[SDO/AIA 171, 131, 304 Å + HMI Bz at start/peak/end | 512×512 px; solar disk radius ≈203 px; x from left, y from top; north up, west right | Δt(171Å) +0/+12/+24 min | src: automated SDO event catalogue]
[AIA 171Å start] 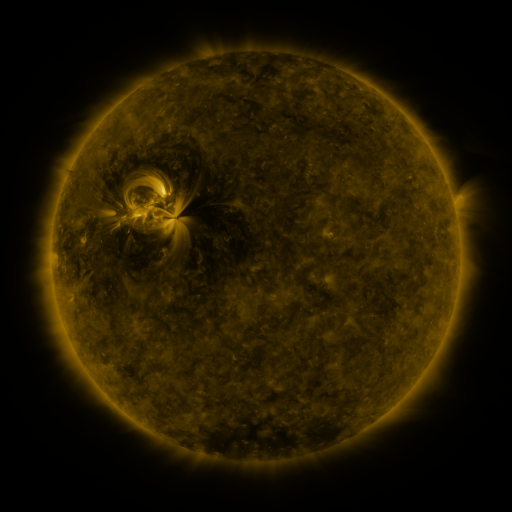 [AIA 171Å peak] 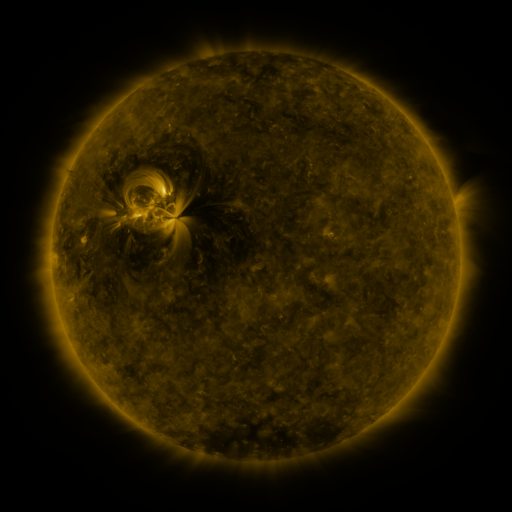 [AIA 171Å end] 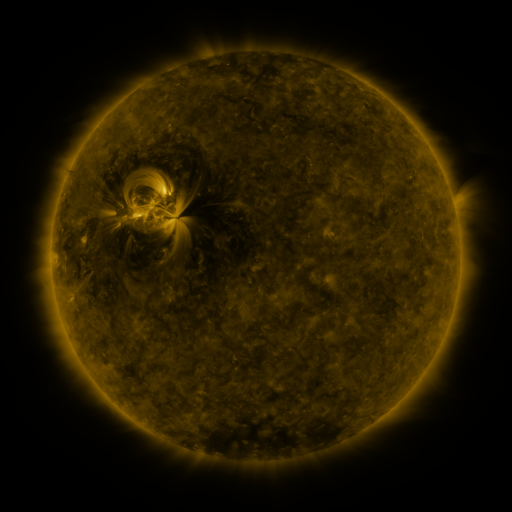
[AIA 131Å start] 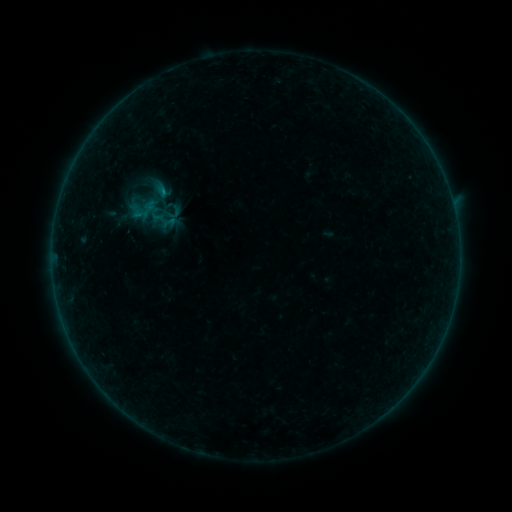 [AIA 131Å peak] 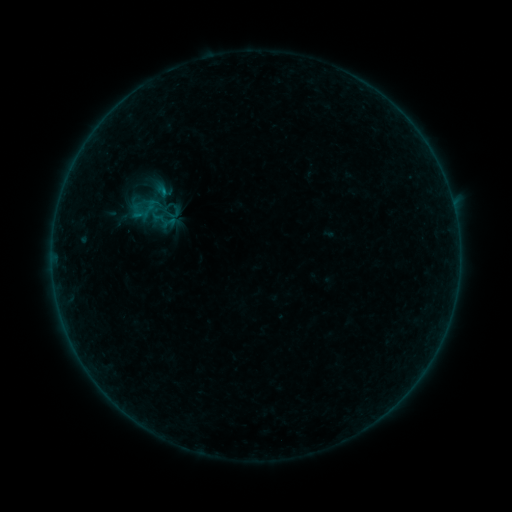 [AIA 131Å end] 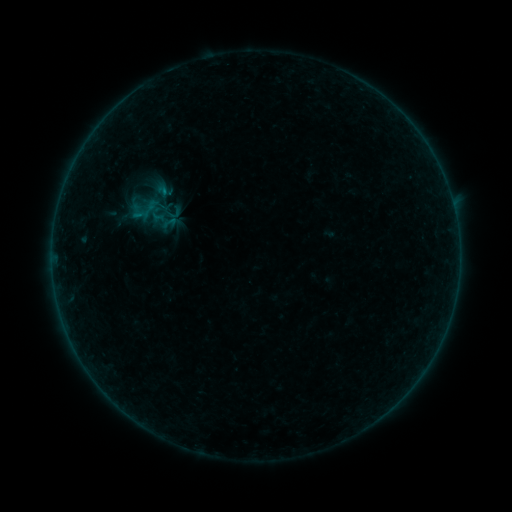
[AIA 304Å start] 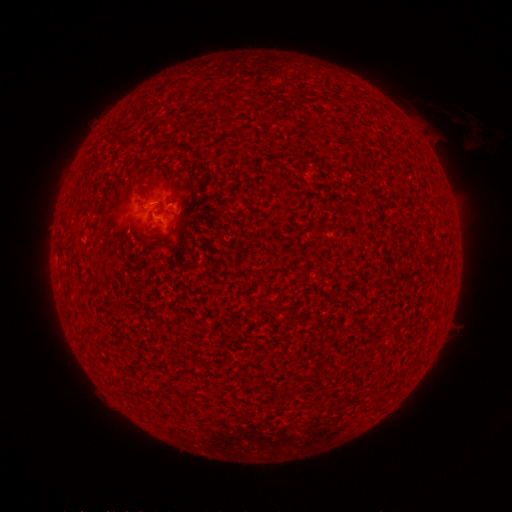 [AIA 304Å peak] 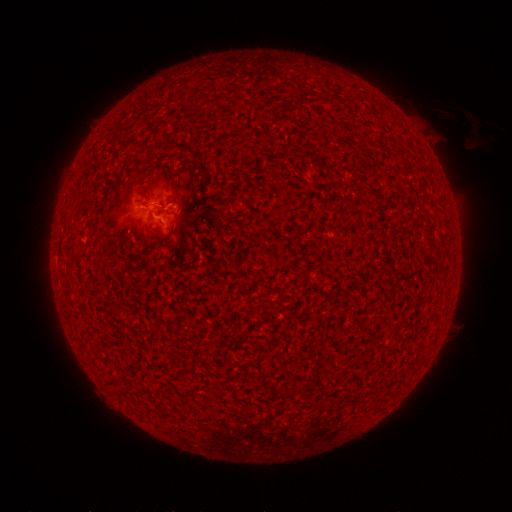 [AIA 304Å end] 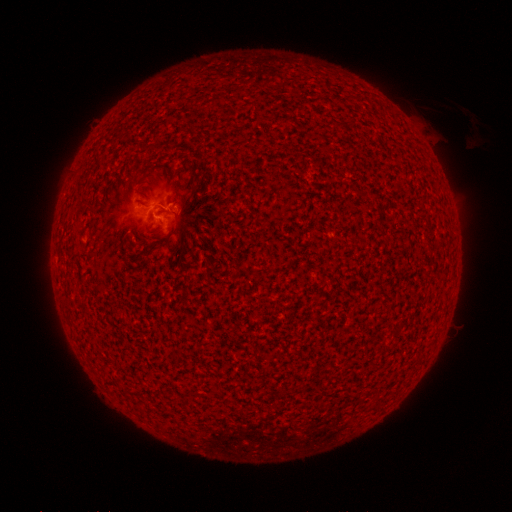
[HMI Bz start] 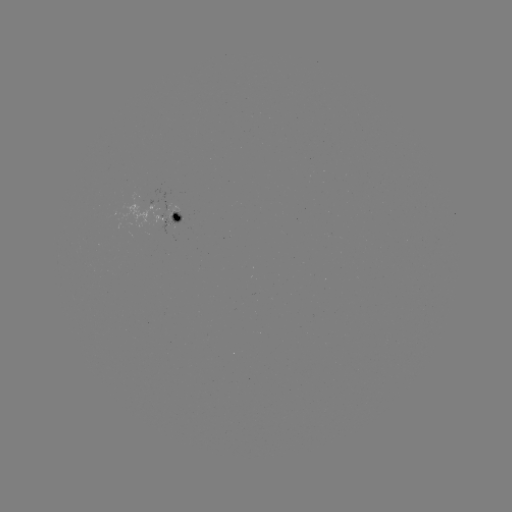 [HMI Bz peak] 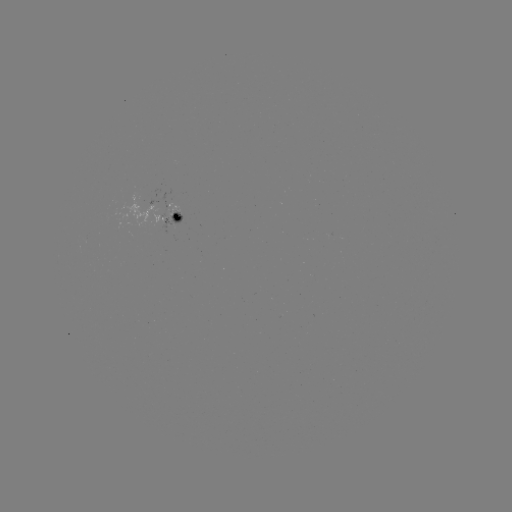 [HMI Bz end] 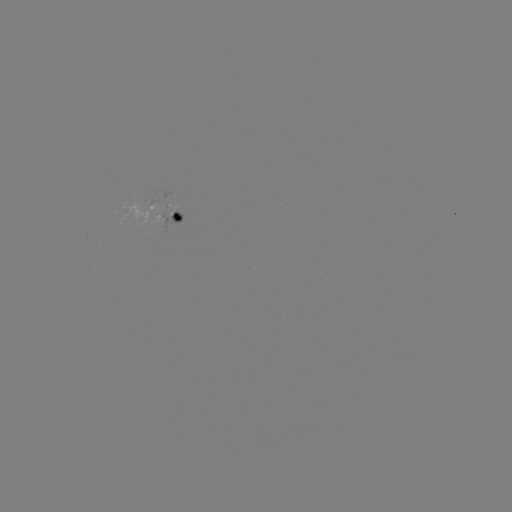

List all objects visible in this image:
B1.2 flare: (161, 205)
